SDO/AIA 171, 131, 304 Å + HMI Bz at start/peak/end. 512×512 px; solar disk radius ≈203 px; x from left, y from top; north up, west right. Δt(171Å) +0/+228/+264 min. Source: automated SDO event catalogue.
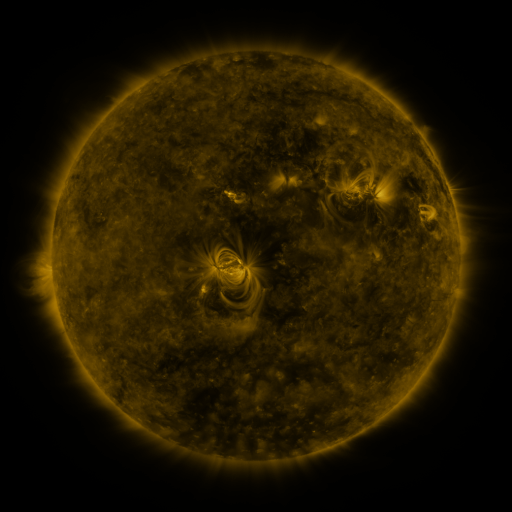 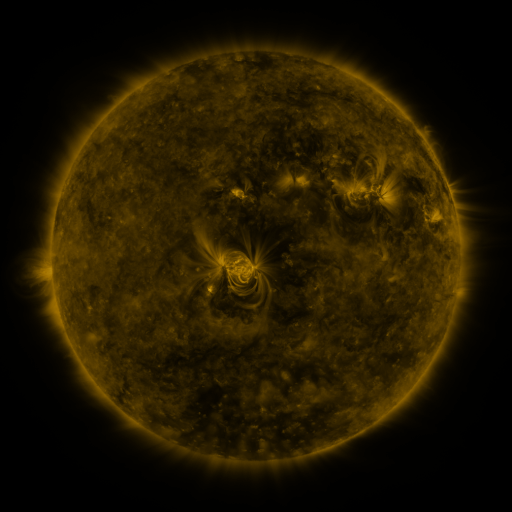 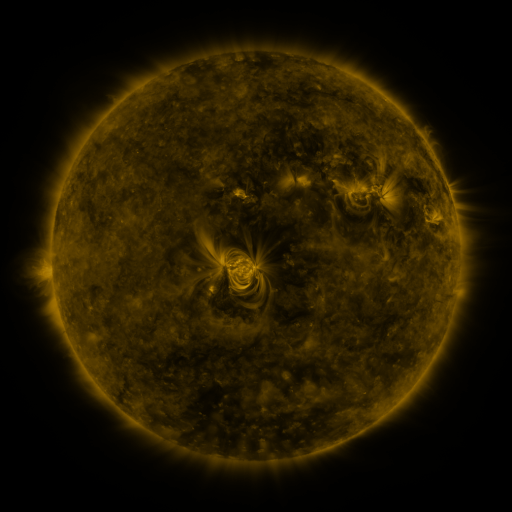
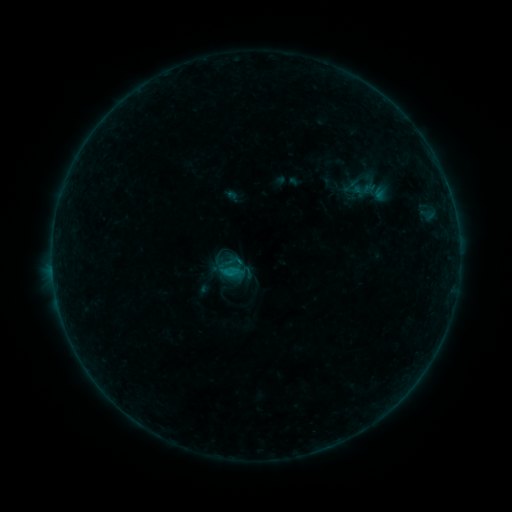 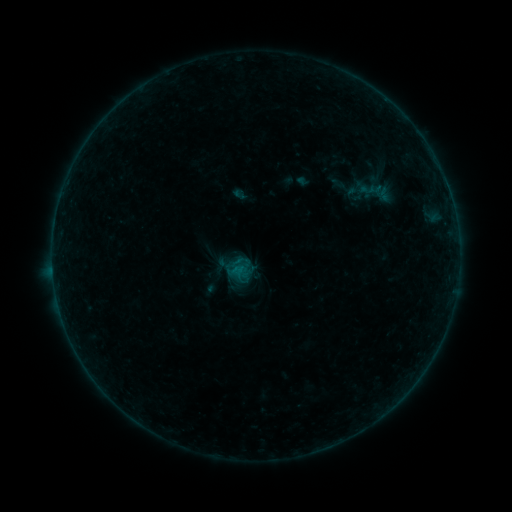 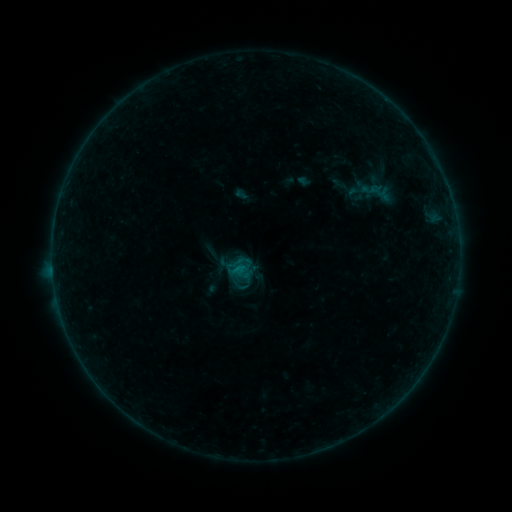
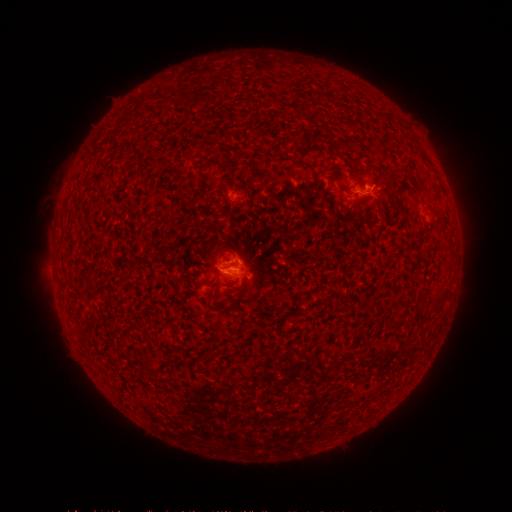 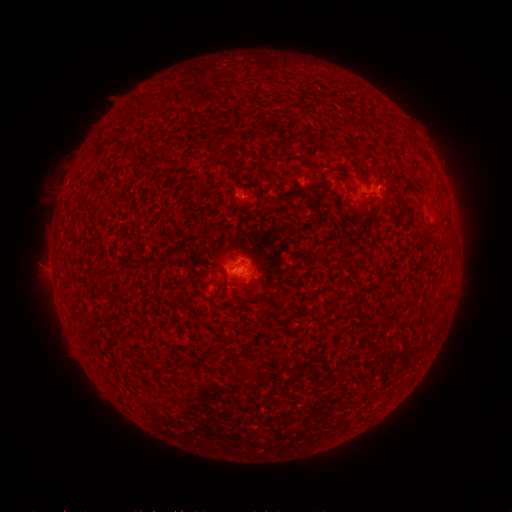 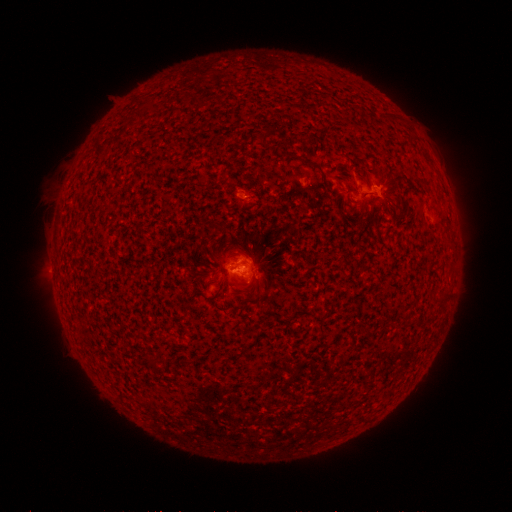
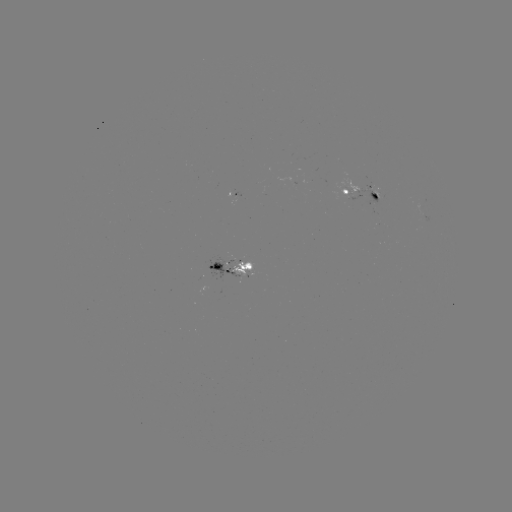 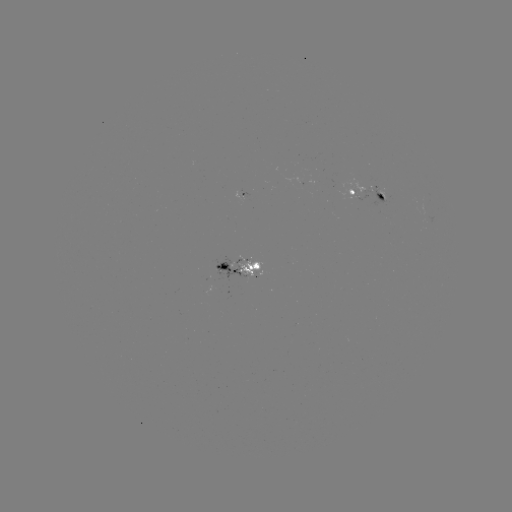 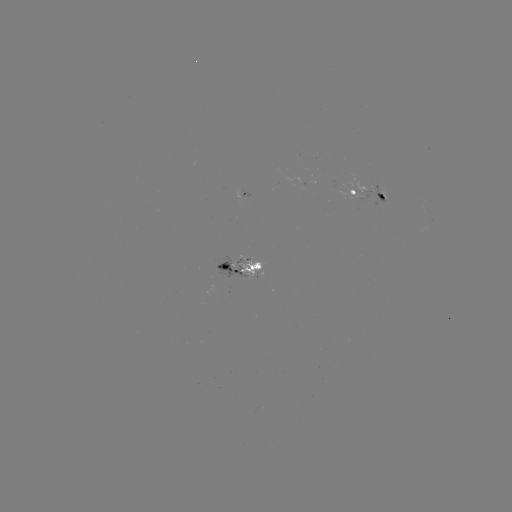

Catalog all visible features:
emerging-flux region: (218, 272)
